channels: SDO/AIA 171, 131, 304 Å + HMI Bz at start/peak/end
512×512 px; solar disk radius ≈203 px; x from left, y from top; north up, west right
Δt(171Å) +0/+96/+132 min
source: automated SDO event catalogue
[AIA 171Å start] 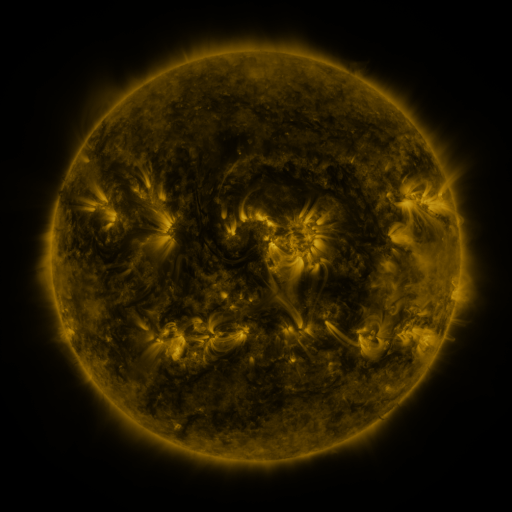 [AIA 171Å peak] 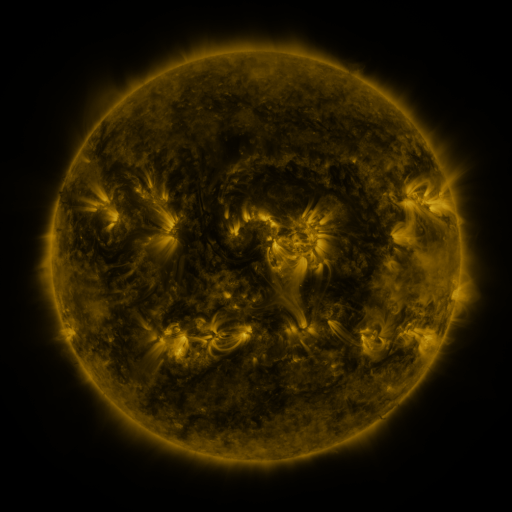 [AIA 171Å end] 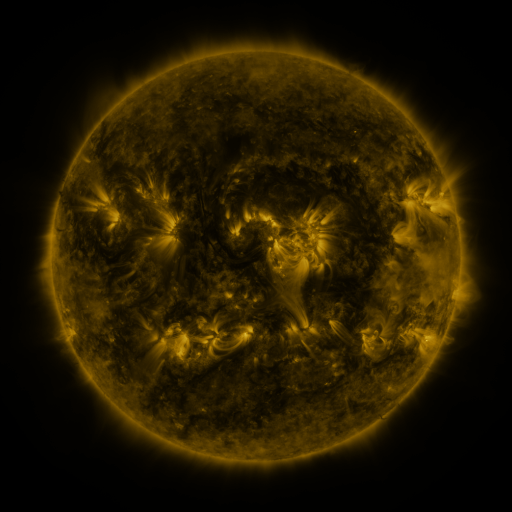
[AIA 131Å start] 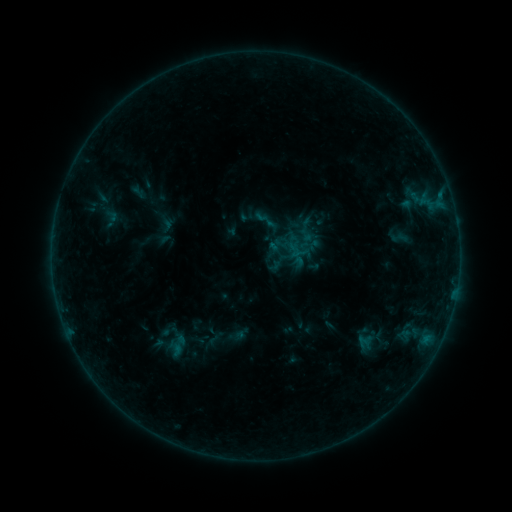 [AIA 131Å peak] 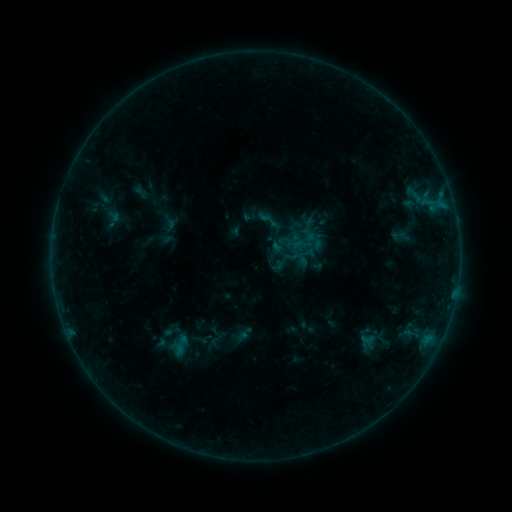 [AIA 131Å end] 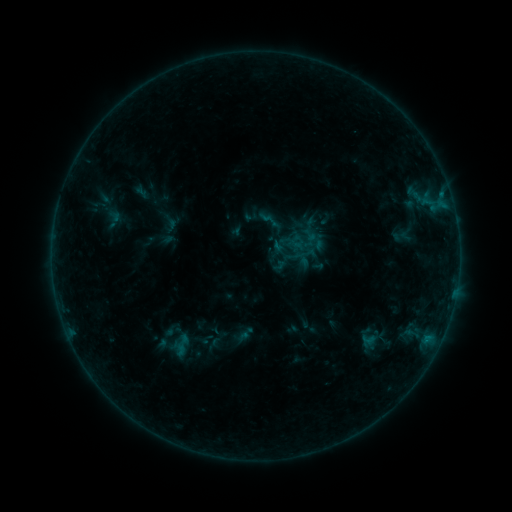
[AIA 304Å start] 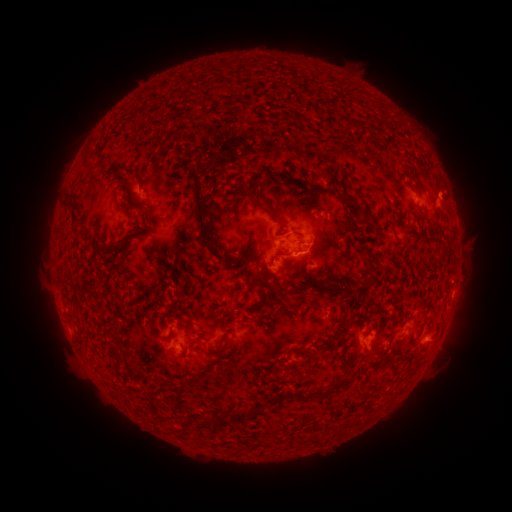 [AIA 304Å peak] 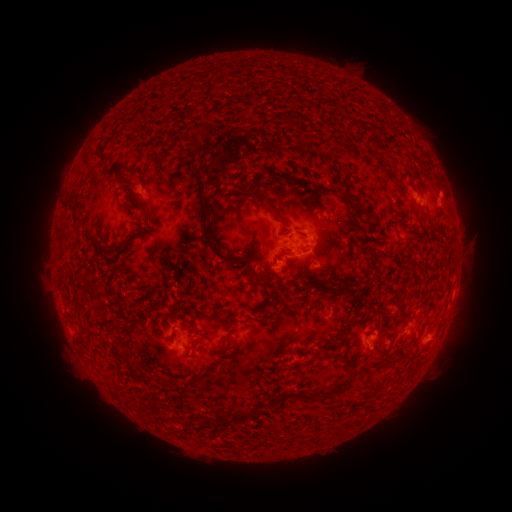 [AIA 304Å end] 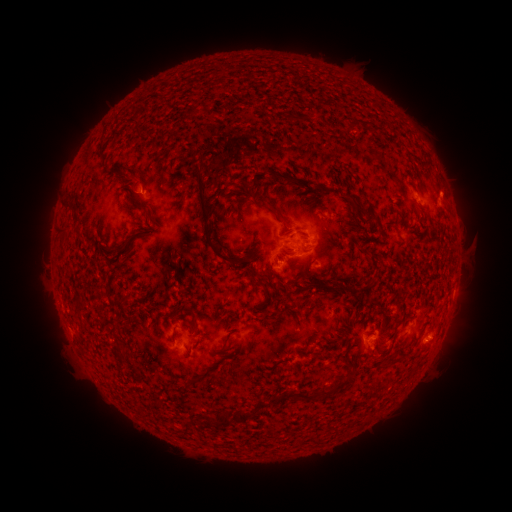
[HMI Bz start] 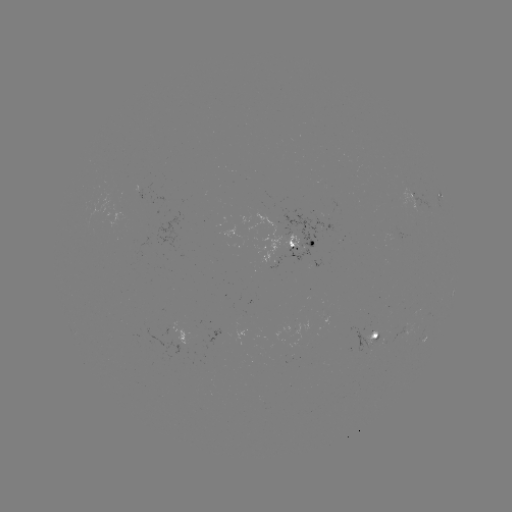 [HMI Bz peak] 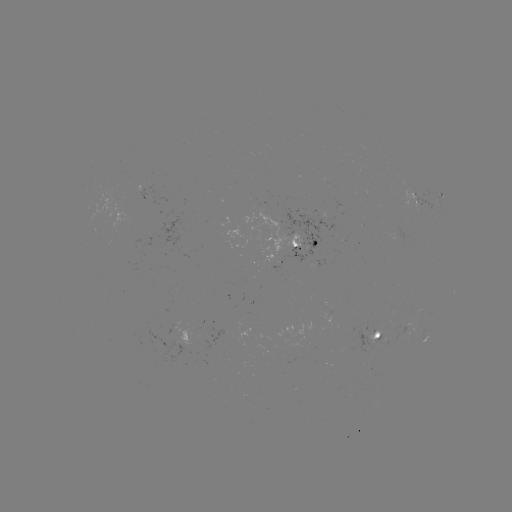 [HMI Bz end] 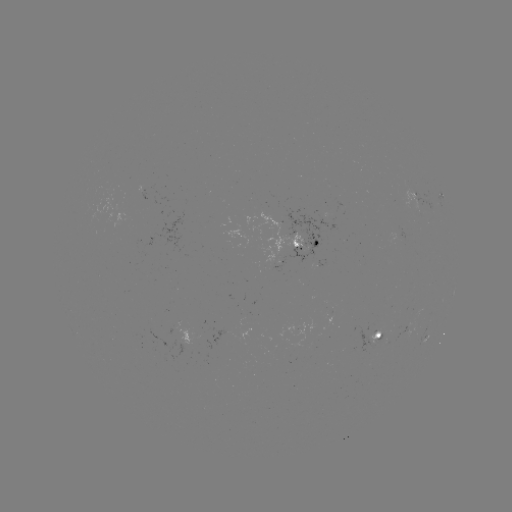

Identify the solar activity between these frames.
emerging-flux region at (374, 340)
